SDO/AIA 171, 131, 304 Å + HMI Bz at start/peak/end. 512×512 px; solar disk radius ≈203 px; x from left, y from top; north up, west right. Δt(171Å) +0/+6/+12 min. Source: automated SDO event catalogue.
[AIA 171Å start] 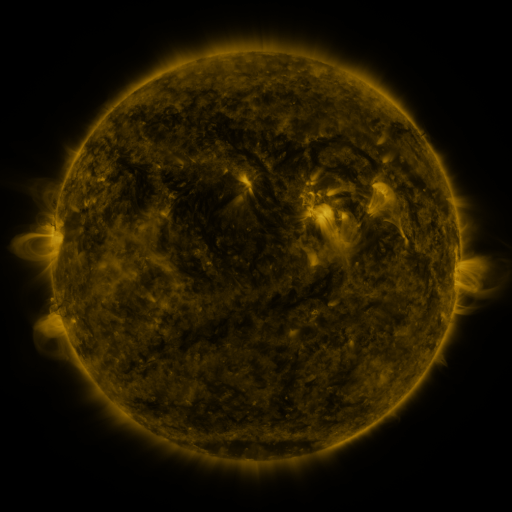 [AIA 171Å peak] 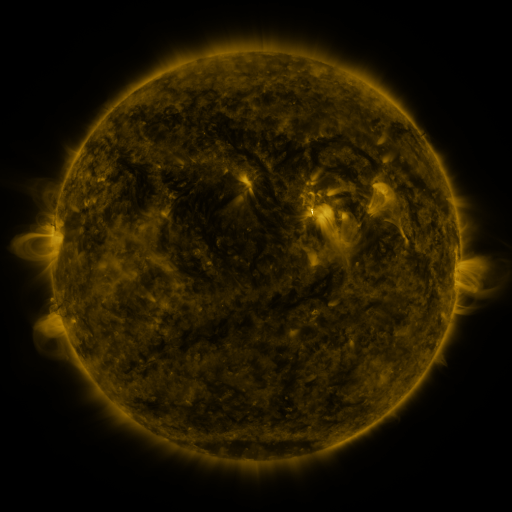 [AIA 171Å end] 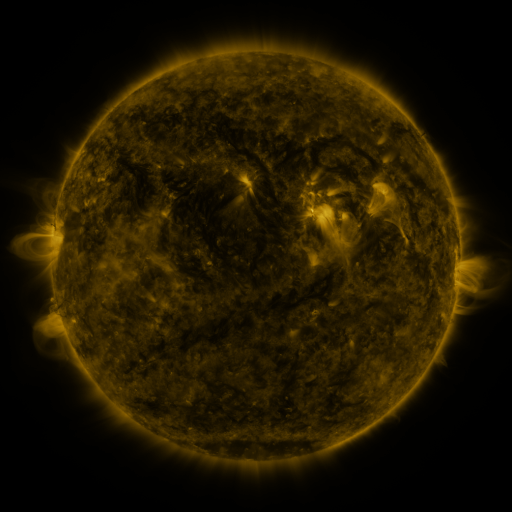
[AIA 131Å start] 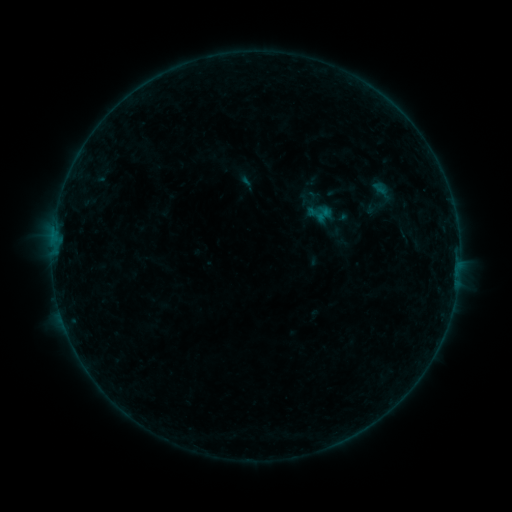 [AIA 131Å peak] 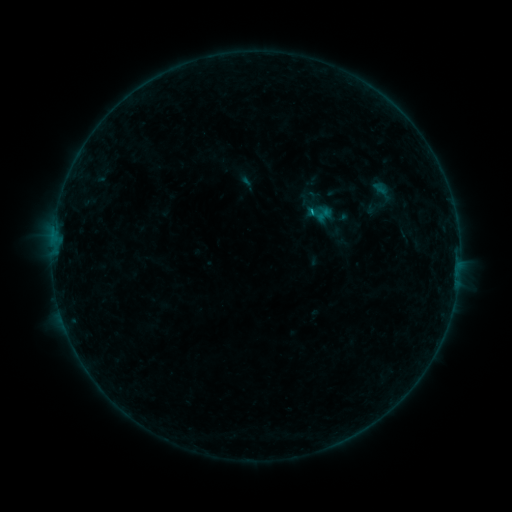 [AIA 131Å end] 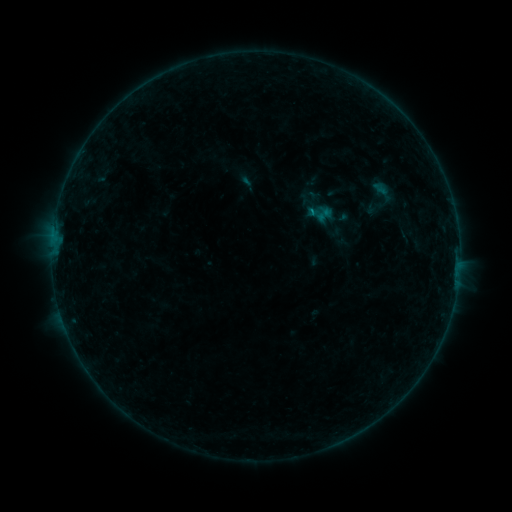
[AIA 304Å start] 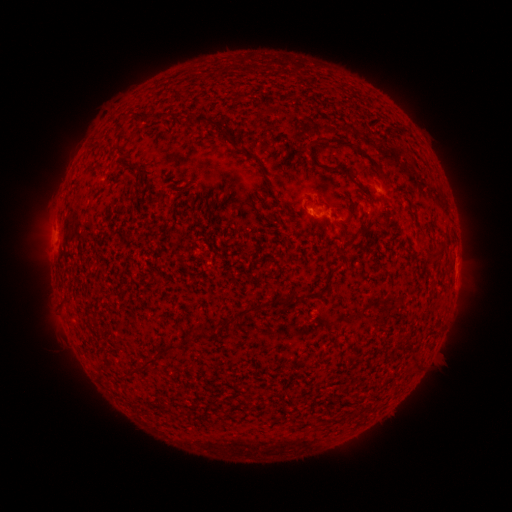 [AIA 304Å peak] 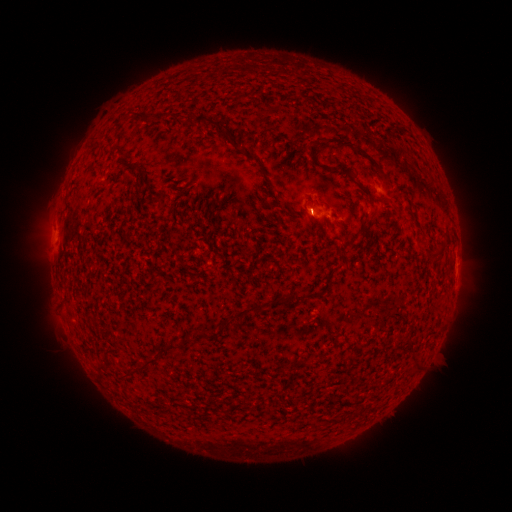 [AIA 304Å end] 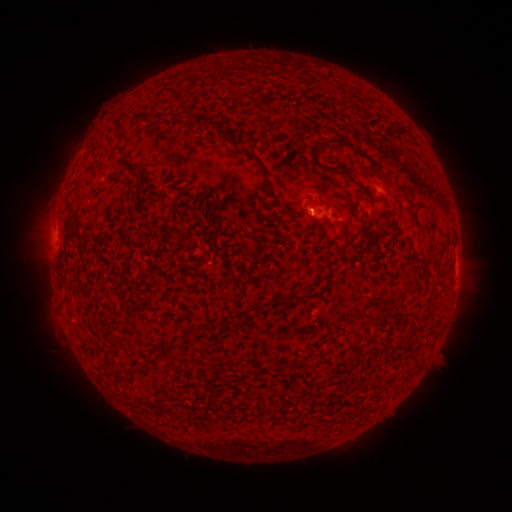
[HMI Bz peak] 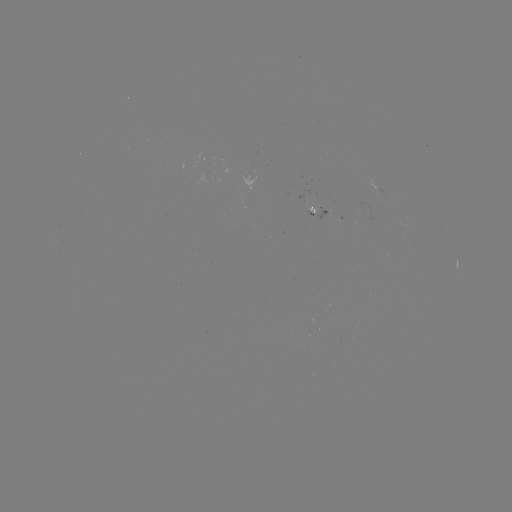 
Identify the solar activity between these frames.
B2.5 flare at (311, 213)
